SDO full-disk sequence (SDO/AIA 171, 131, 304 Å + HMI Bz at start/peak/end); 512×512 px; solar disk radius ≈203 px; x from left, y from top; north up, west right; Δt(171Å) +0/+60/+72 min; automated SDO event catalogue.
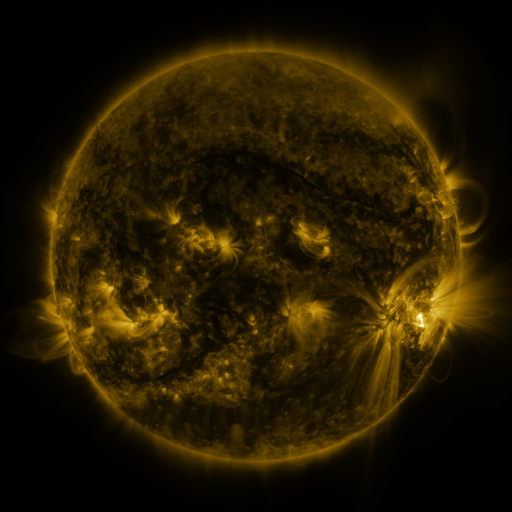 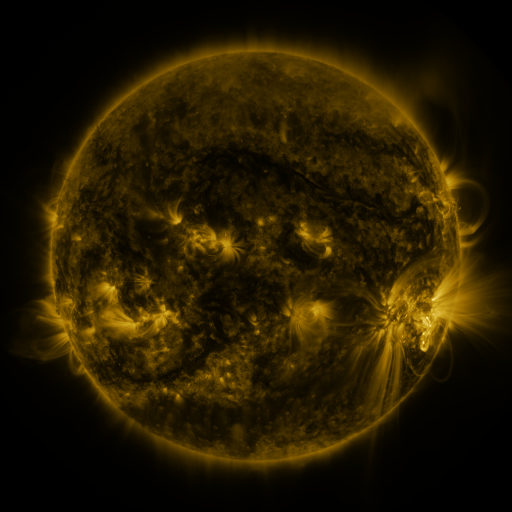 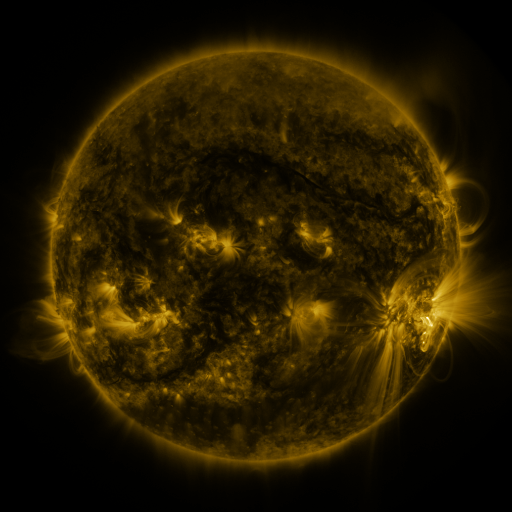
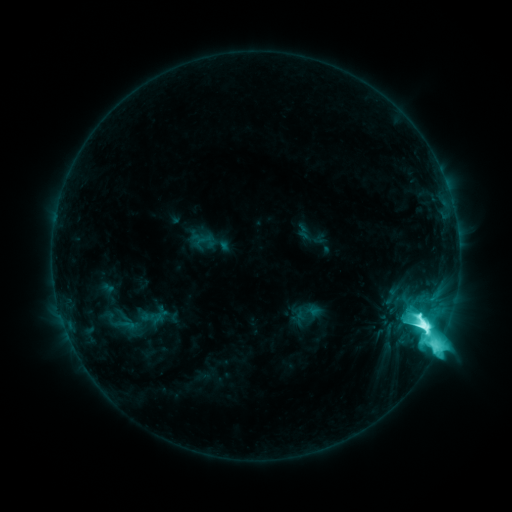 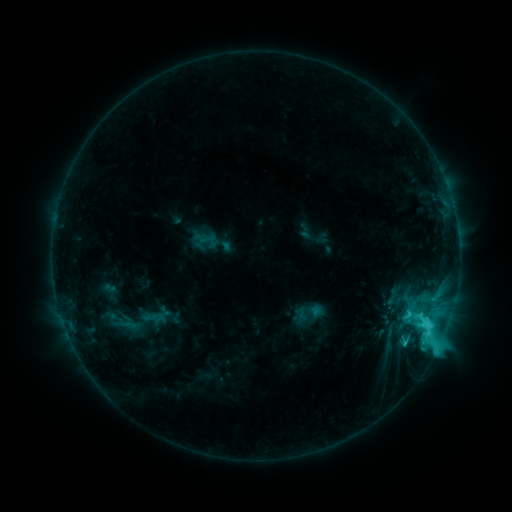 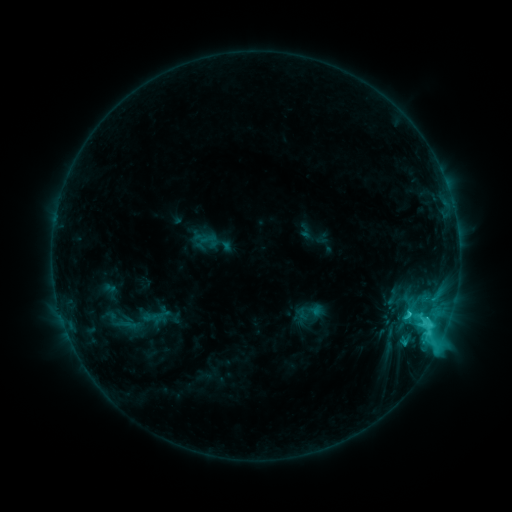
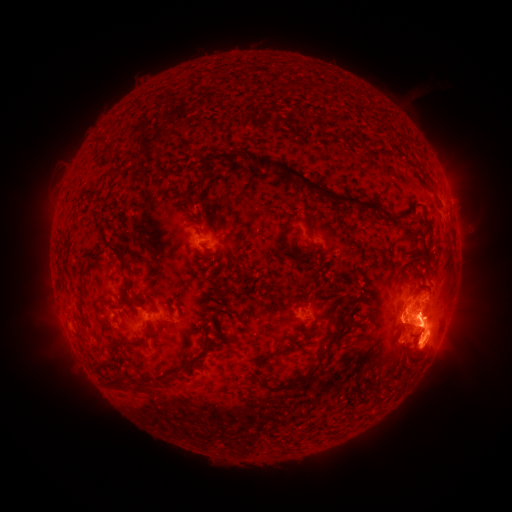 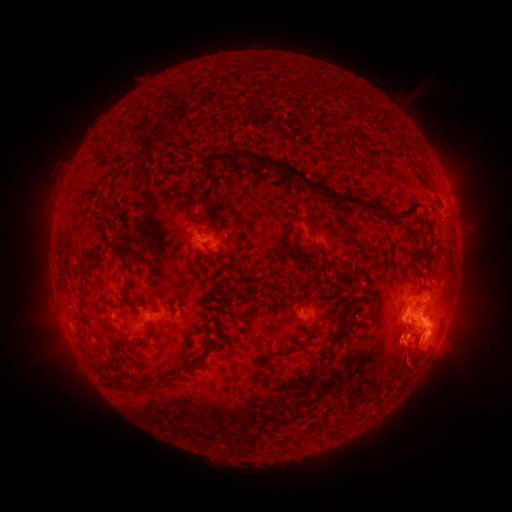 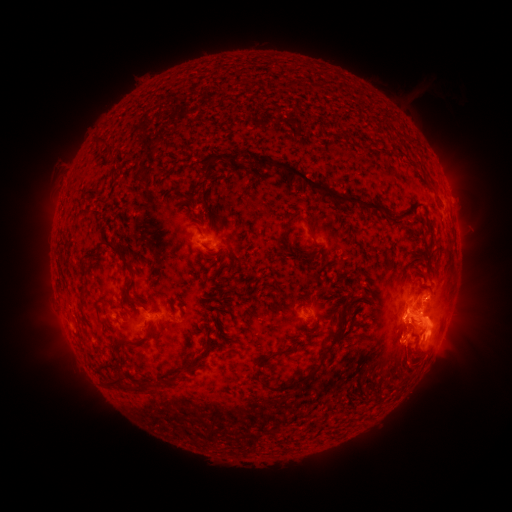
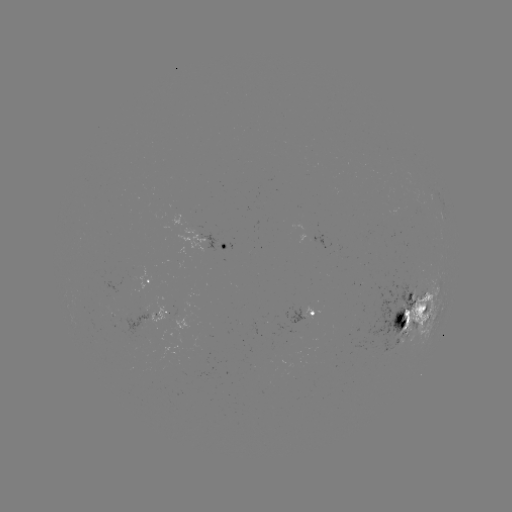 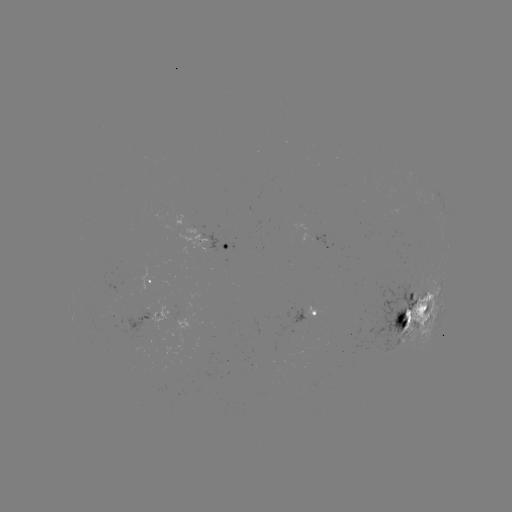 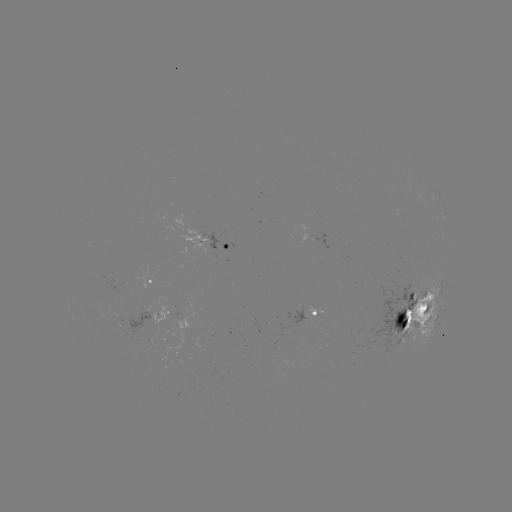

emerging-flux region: <bbox>368, 283, 419, 352</bbox>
